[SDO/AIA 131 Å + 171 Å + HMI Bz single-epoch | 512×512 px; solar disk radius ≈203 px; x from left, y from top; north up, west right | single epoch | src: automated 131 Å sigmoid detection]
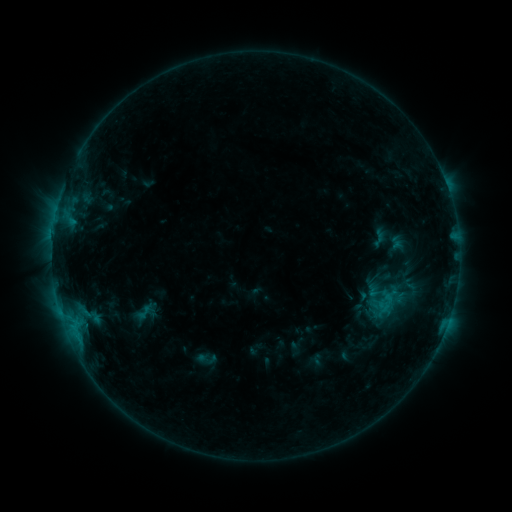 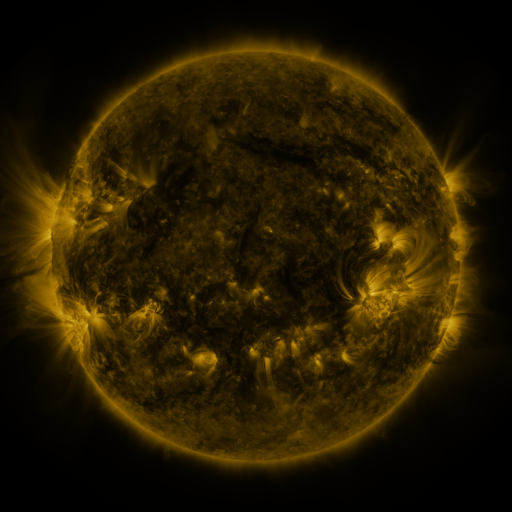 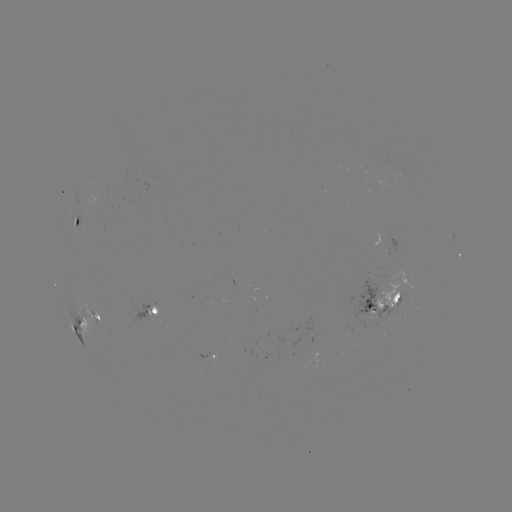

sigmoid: (133, 303, 155, 322)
